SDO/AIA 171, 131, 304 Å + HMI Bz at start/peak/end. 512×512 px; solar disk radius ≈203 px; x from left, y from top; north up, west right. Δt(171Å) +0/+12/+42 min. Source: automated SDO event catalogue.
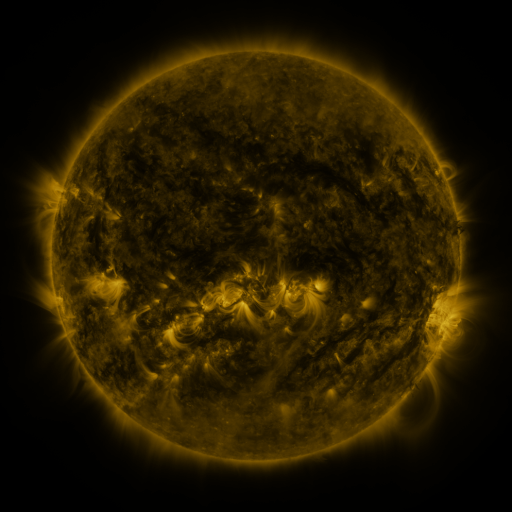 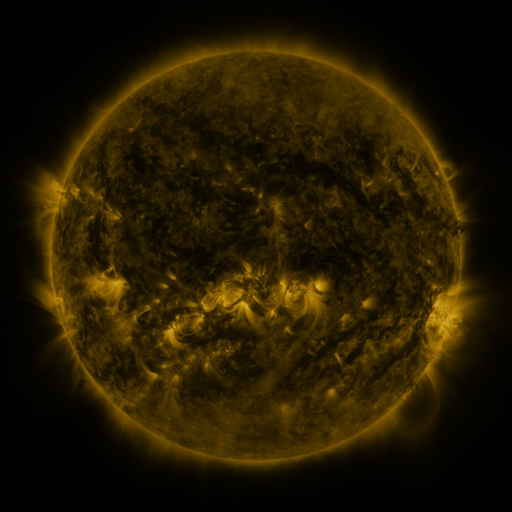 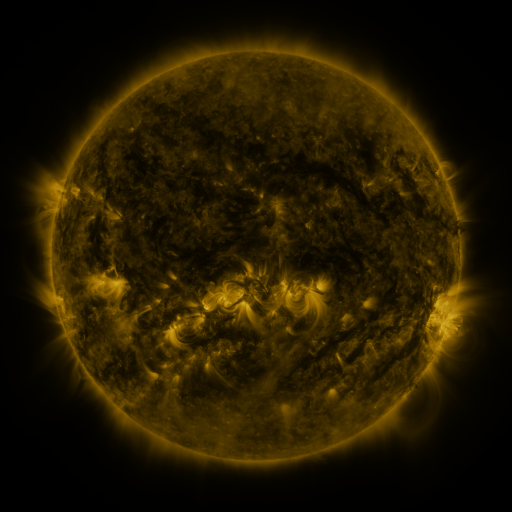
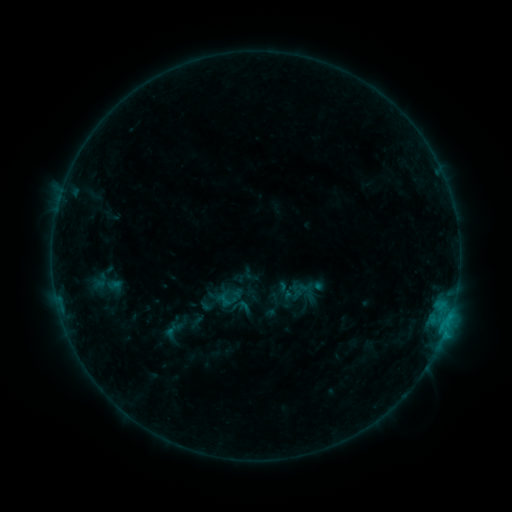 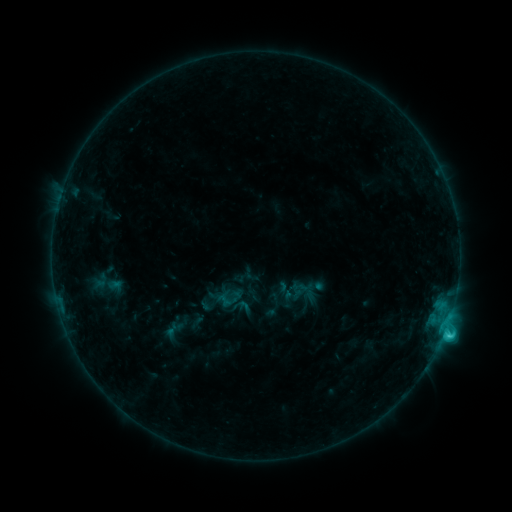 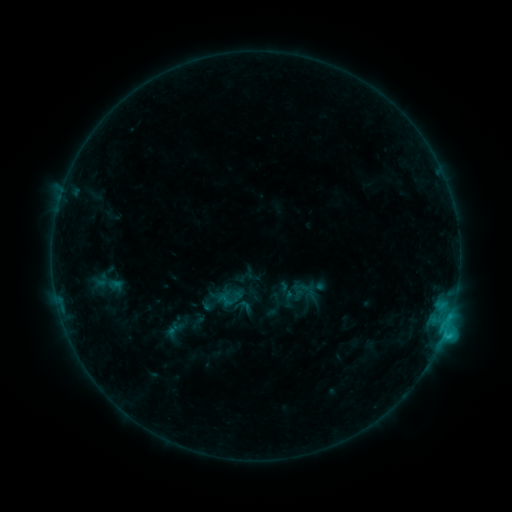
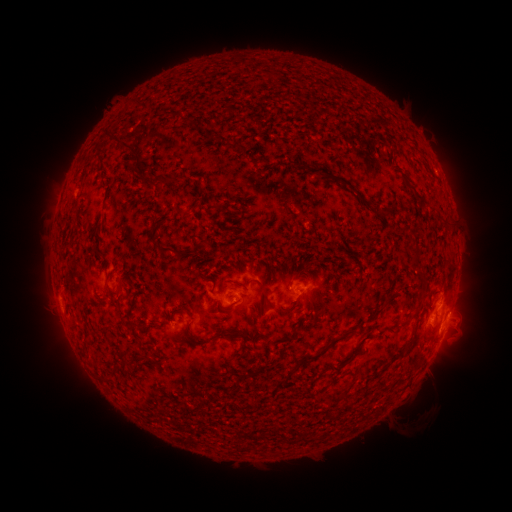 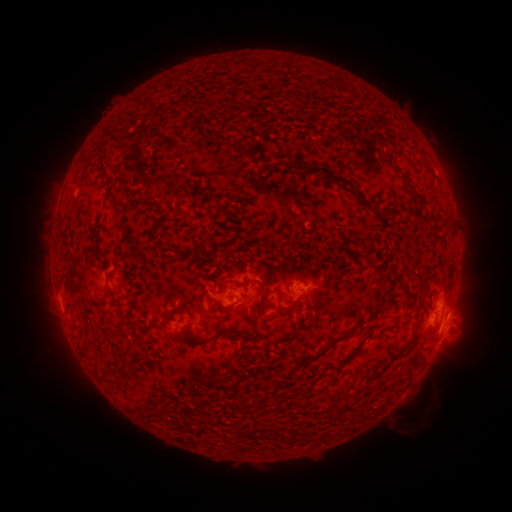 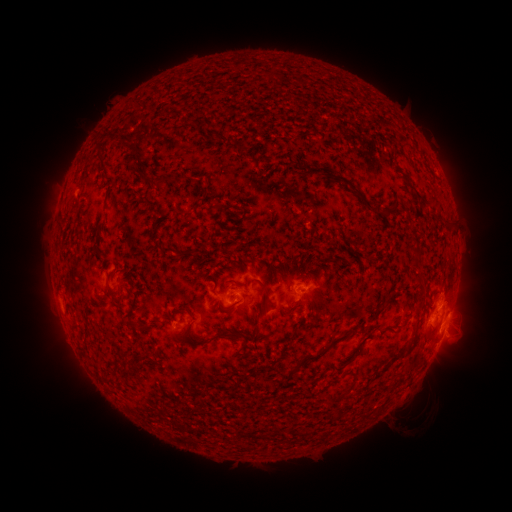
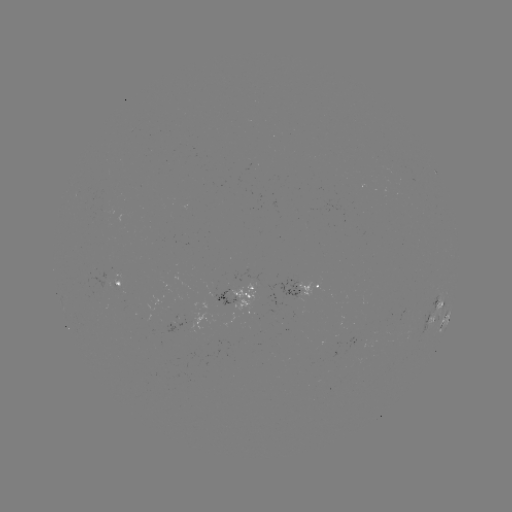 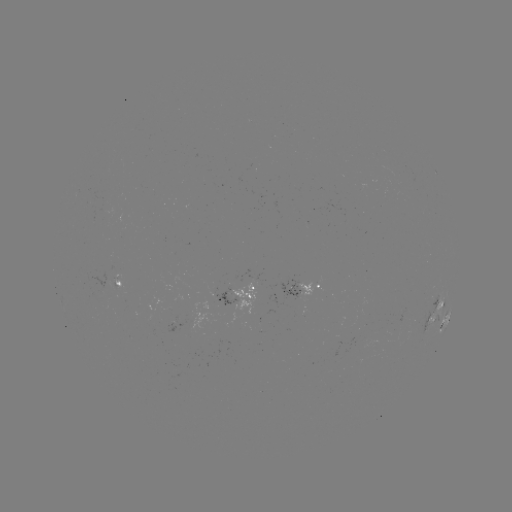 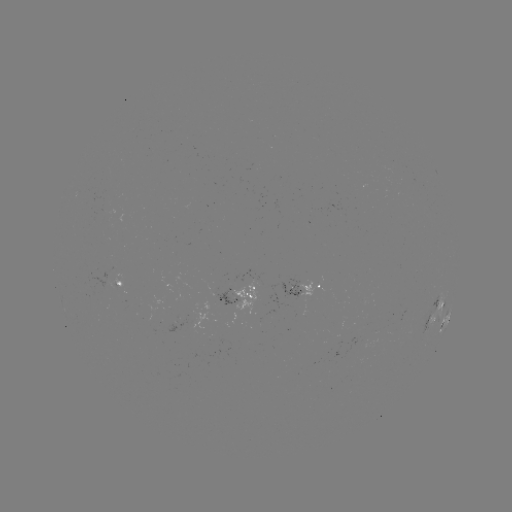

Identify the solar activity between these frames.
C2.1 flare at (444, 332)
